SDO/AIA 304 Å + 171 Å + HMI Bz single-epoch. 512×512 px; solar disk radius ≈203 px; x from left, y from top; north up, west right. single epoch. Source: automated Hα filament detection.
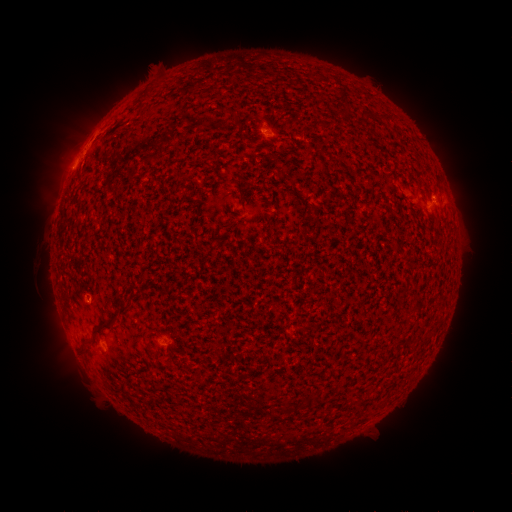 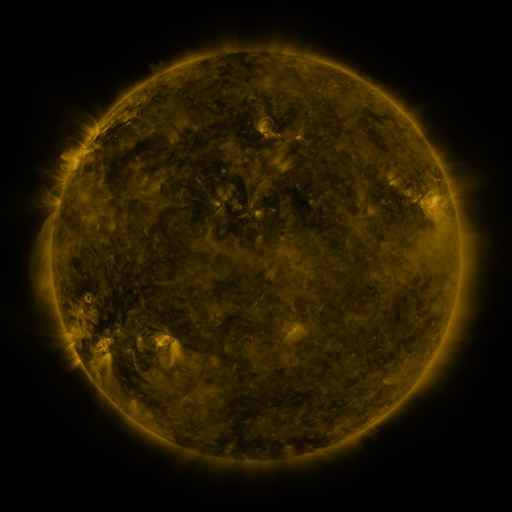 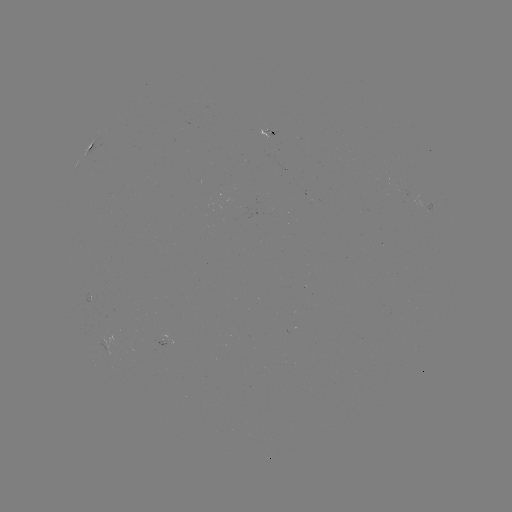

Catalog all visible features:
filament: <bbox>226, 107, 243, 123</bbox>
filament: <bbox>178, 170, 190, 179</bbox>
filament: <bbox>238, 188, 247, 202</bbox>
filament: <bbox>89, 304, 127, 335</bbox>
